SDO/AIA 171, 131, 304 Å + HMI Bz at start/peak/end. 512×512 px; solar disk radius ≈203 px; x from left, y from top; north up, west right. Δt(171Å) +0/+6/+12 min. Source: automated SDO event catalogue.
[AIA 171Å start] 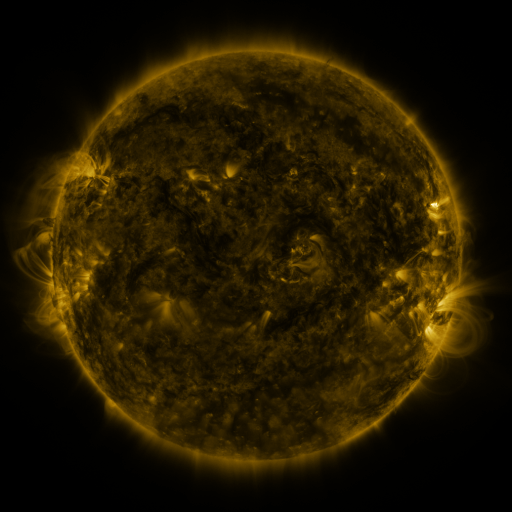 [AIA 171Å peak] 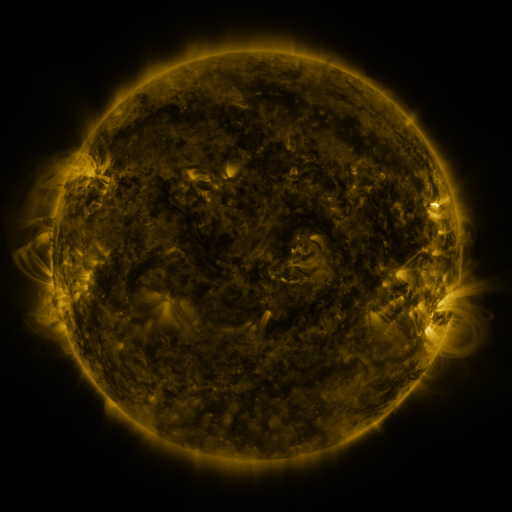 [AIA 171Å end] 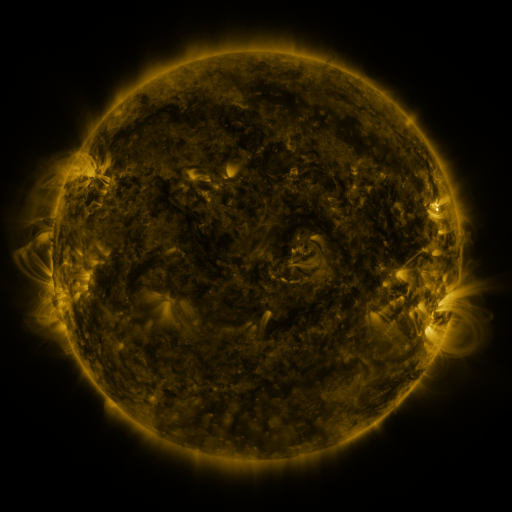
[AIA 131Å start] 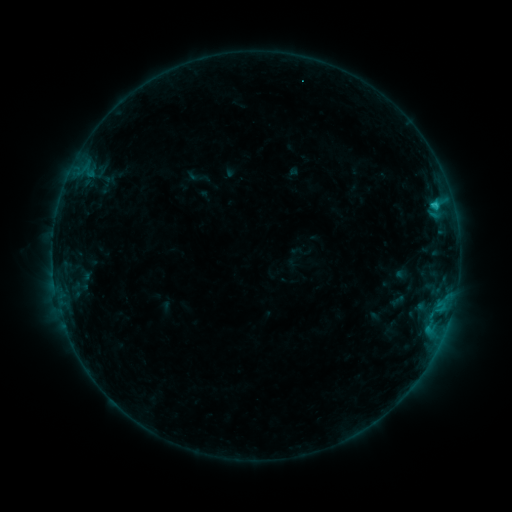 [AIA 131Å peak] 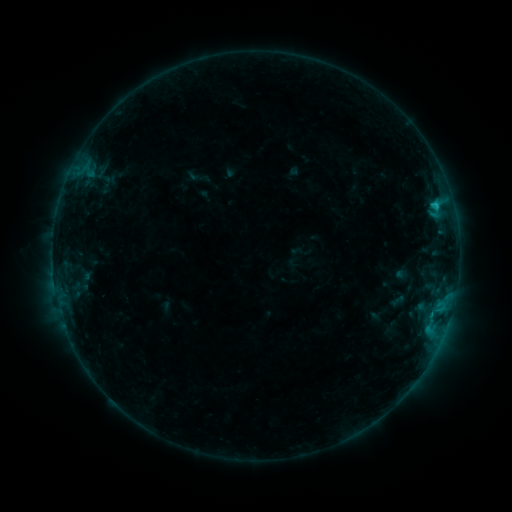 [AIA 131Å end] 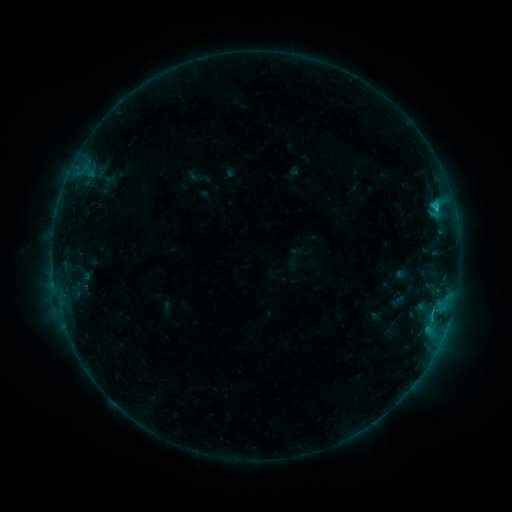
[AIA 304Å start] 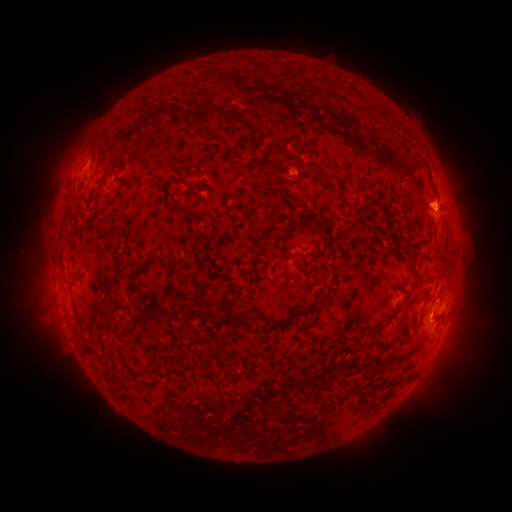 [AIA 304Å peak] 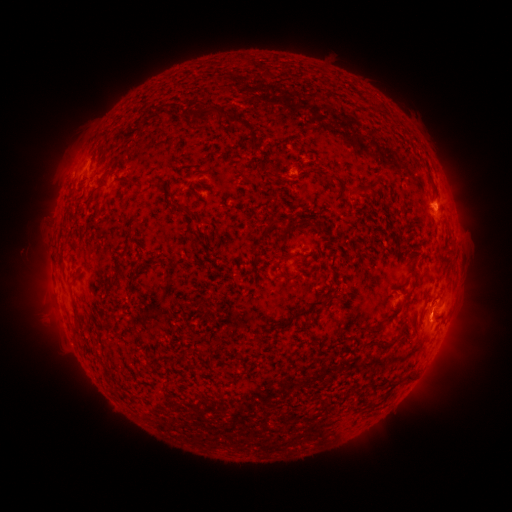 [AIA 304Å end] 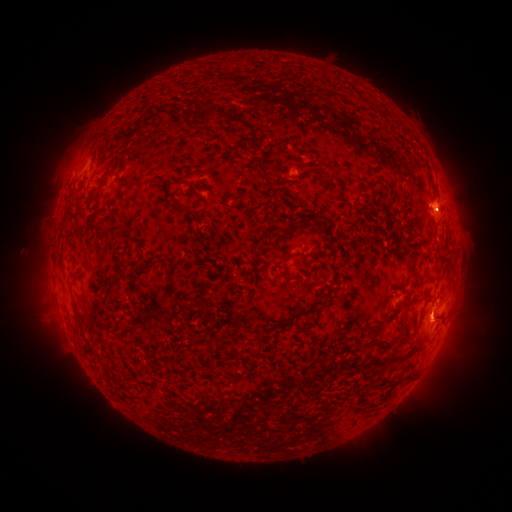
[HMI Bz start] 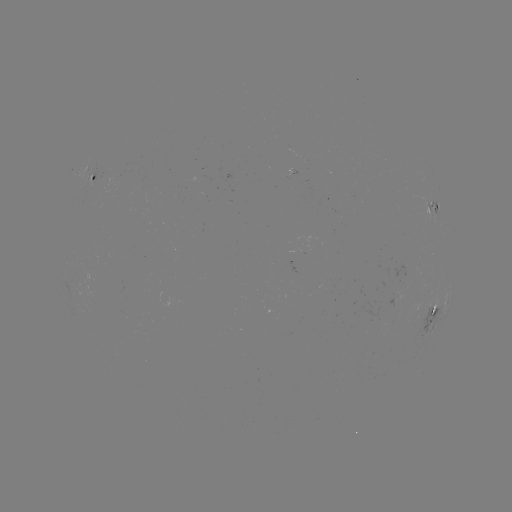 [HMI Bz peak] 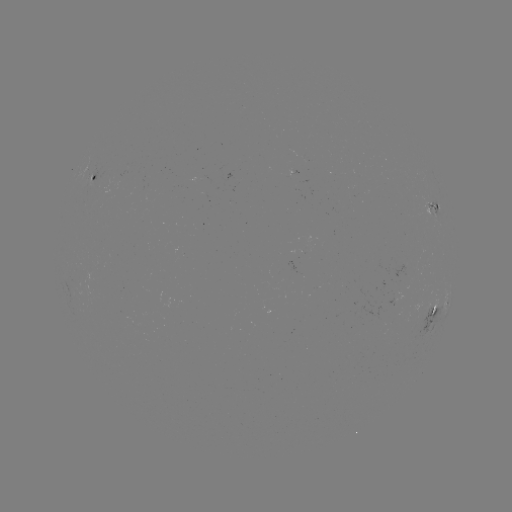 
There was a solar flare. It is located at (431, 312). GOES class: B7.4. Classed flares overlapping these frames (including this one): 1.